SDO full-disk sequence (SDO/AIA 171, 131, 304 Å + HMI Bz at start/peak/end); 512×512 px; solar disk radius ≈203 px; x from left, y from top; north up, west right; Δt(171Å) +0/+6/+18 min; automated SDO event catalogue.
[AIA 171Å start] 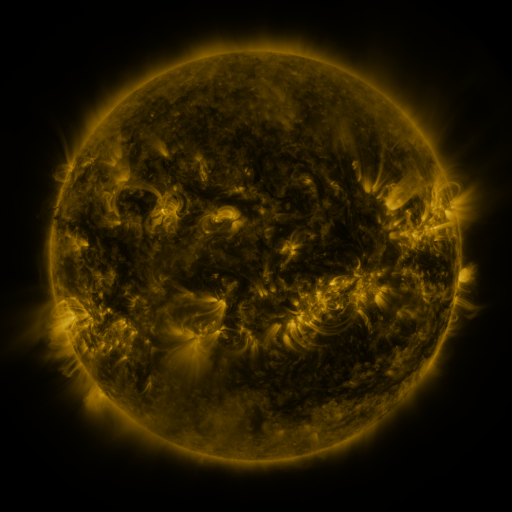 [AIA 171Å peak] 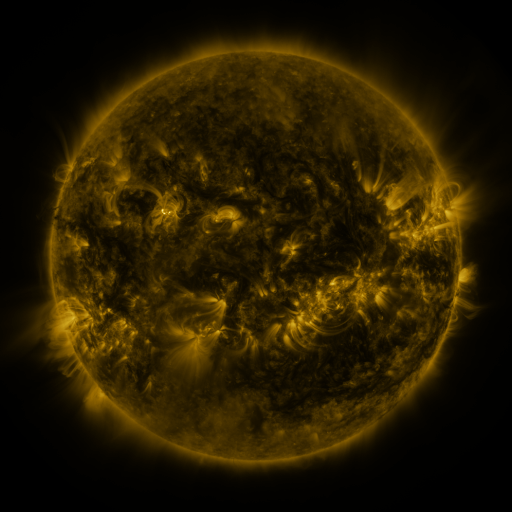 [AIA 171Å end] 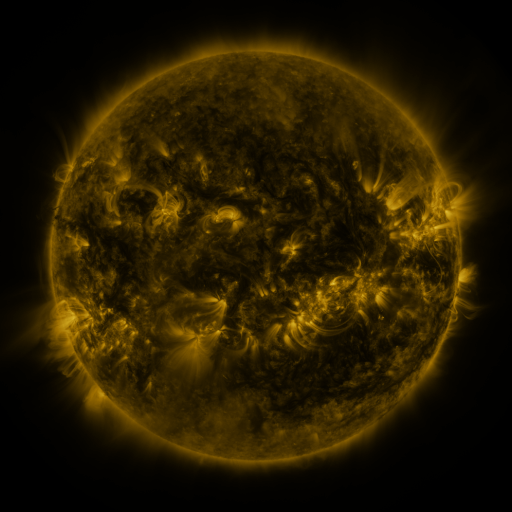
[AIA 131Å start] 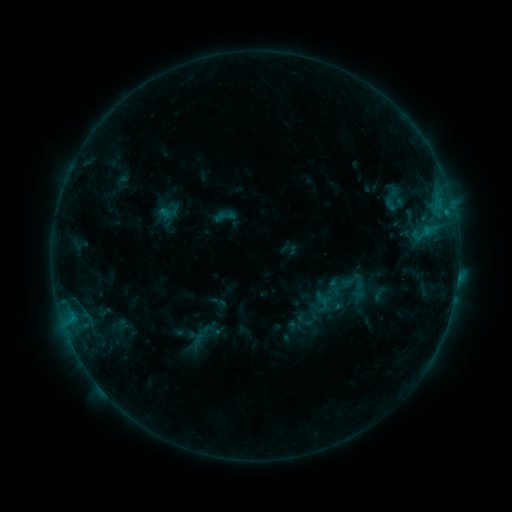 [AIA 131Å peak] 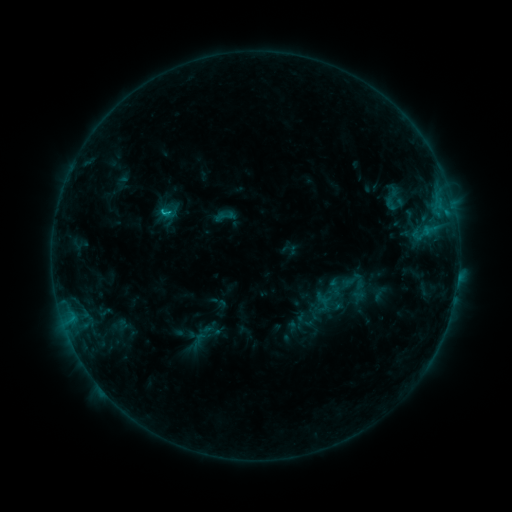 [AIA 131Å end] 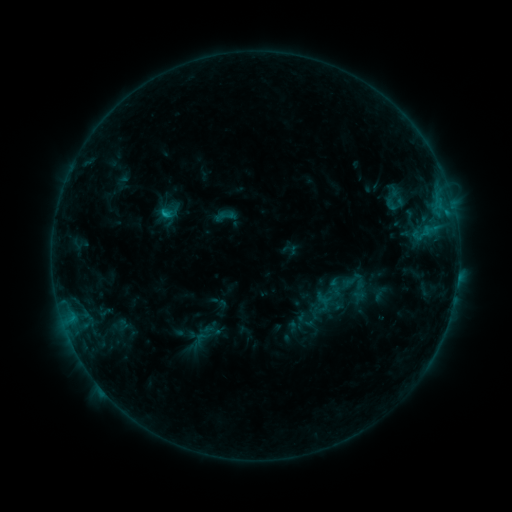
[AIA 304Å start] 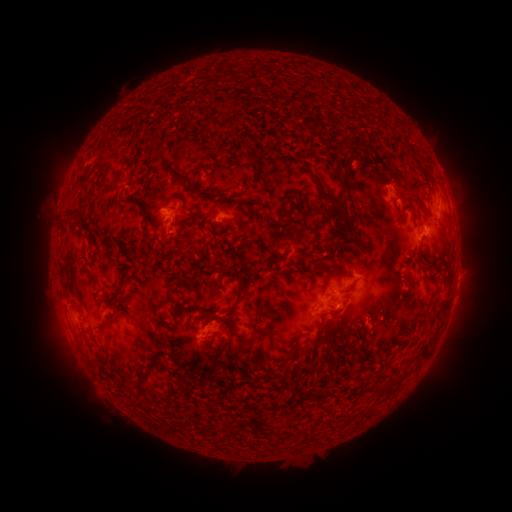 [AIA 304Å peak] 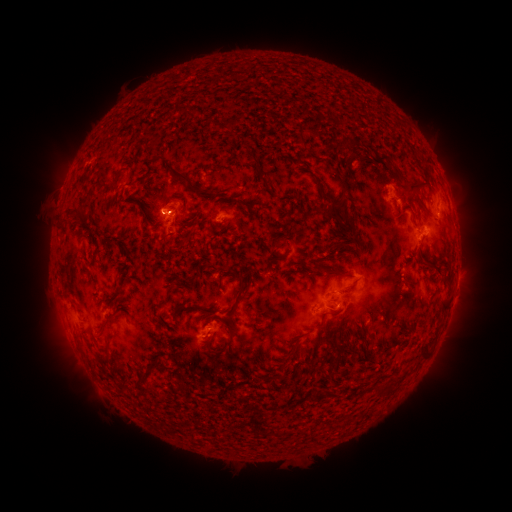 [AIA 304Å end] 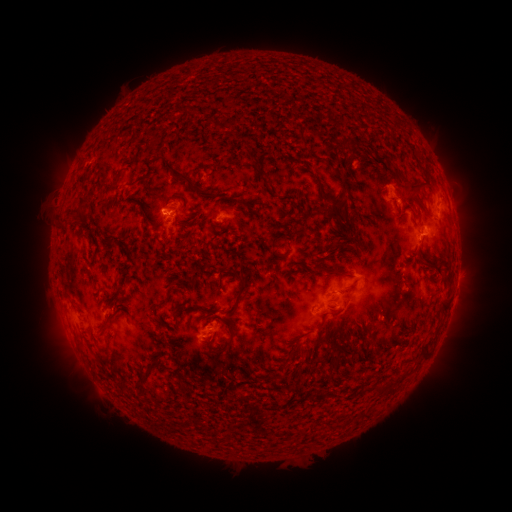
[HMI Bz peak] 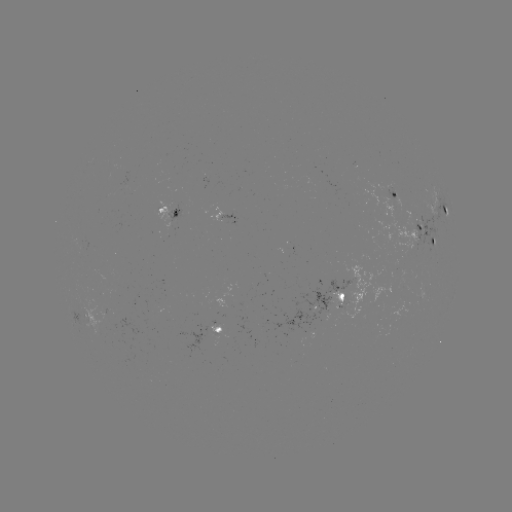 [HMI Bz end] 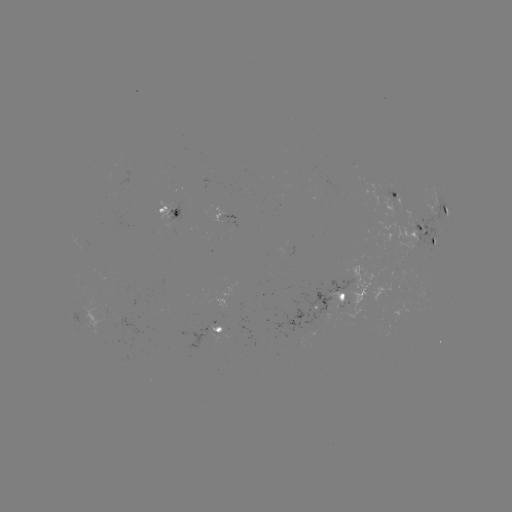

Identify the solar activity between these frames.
B9.4 flare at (164, 216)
